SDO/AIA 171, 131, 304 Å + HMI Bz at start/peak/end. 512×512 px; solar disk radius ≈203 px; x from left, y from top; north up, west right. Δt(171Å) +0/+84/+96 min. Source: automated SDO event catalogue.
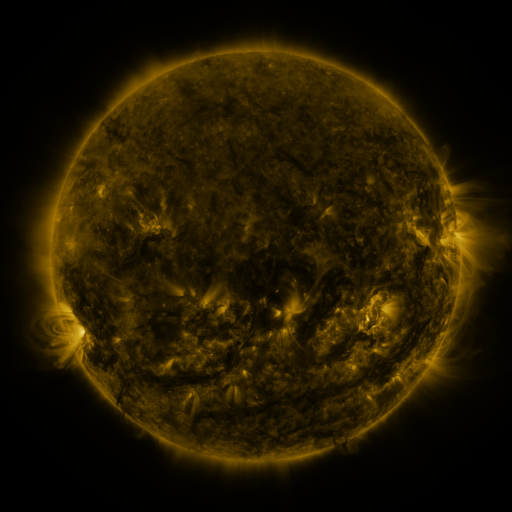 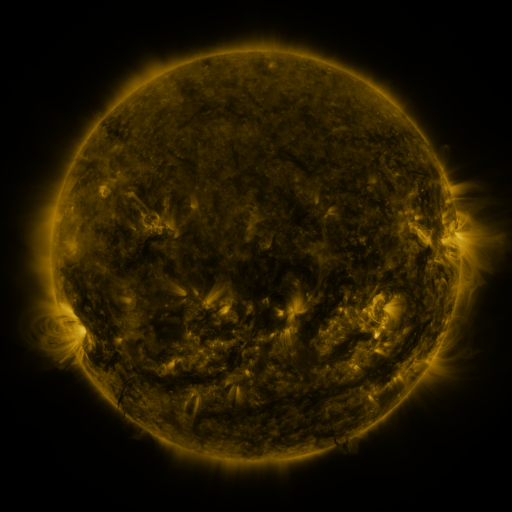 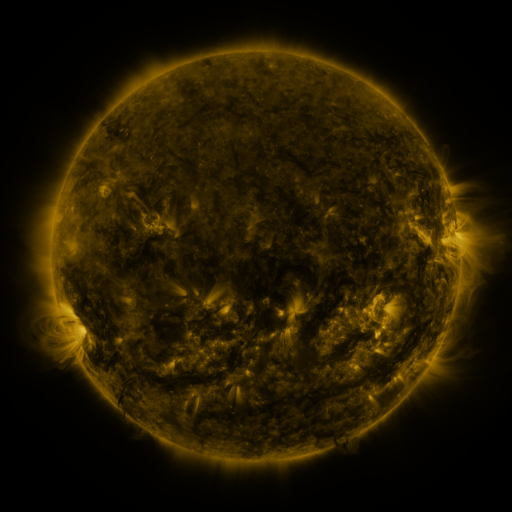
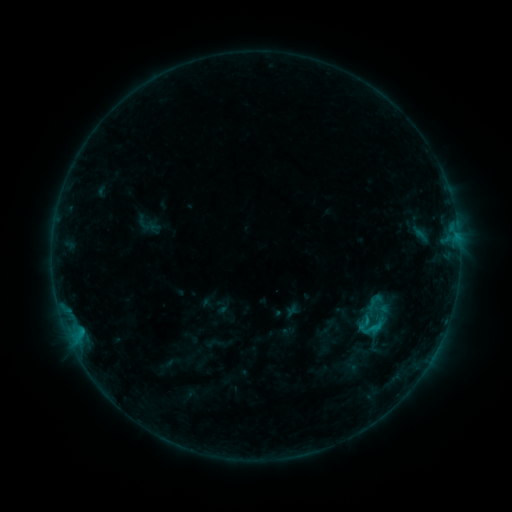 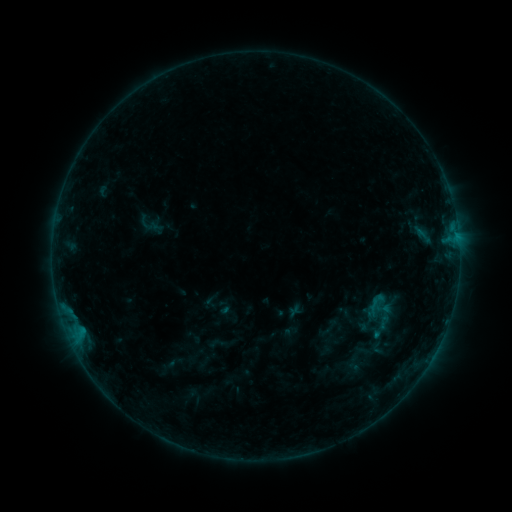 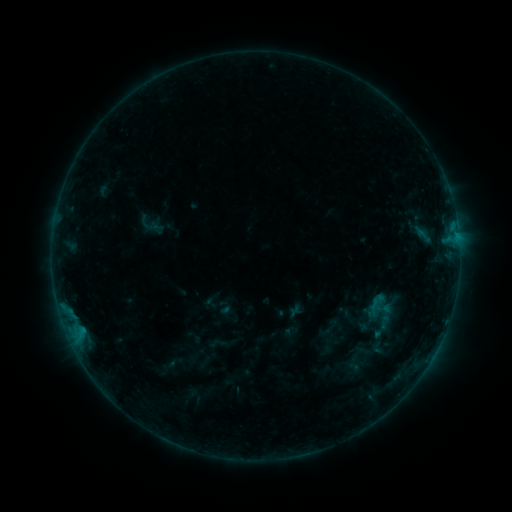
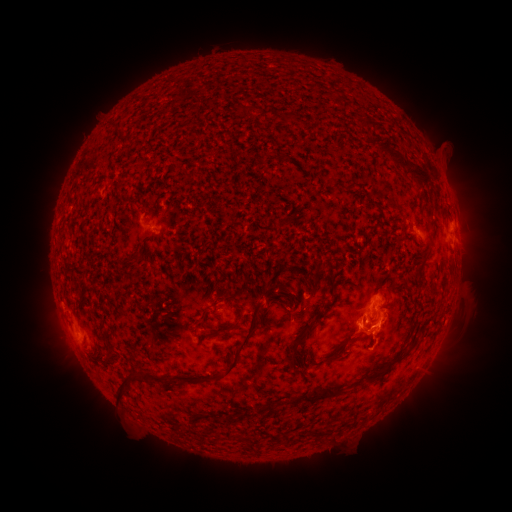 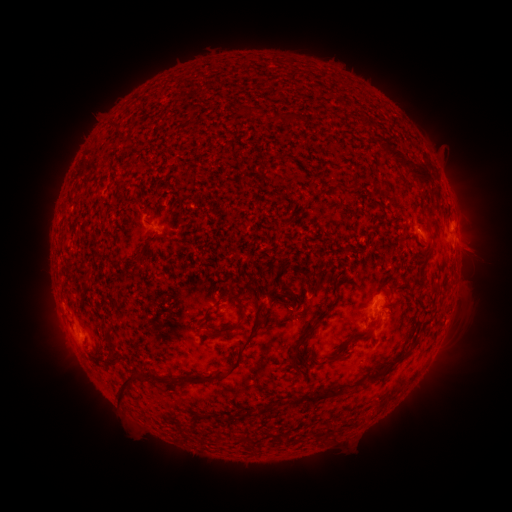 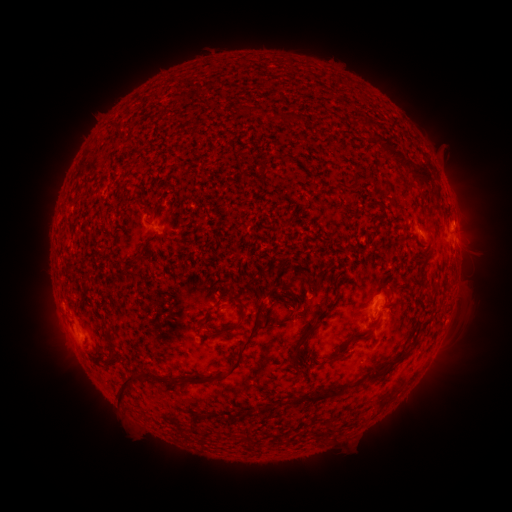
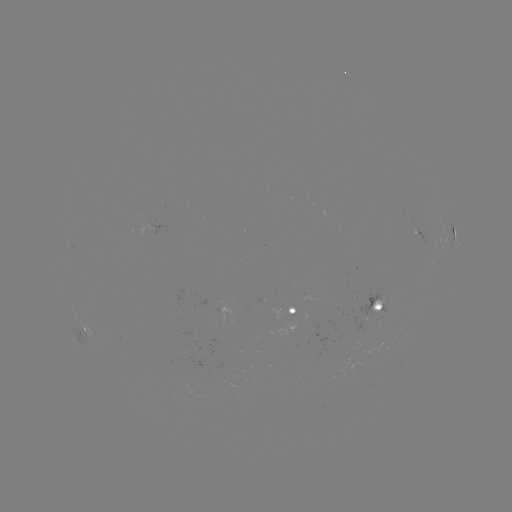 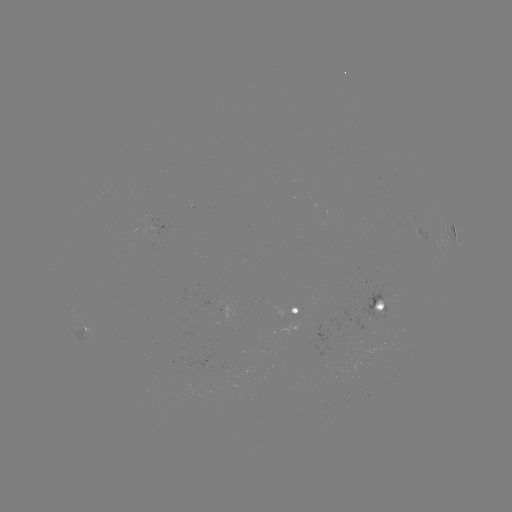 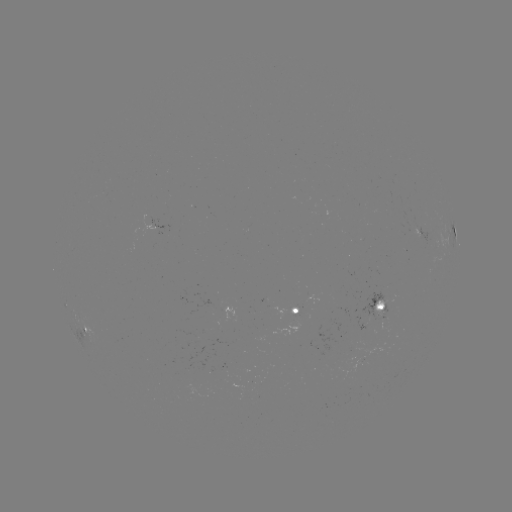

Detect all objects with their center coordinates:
emerging-flux region: (298, 308)
